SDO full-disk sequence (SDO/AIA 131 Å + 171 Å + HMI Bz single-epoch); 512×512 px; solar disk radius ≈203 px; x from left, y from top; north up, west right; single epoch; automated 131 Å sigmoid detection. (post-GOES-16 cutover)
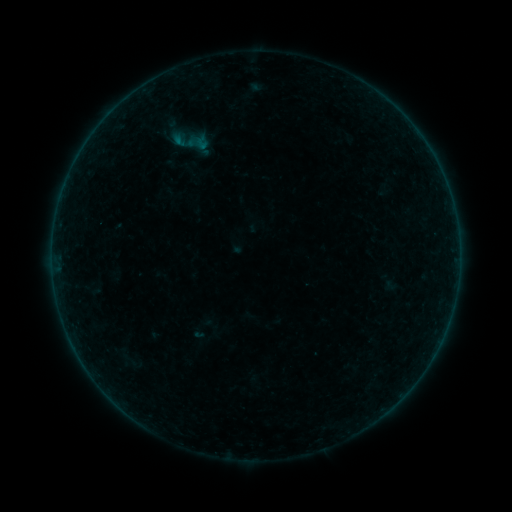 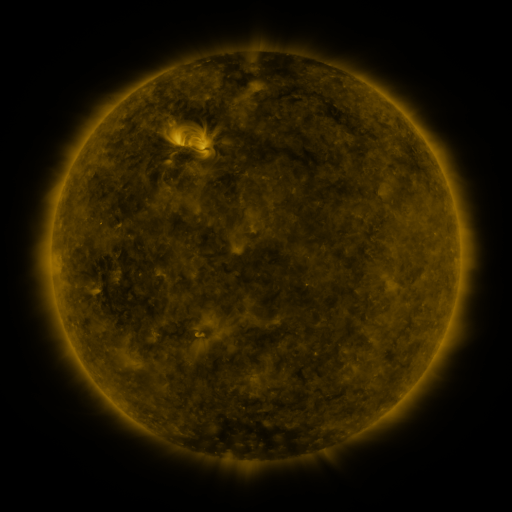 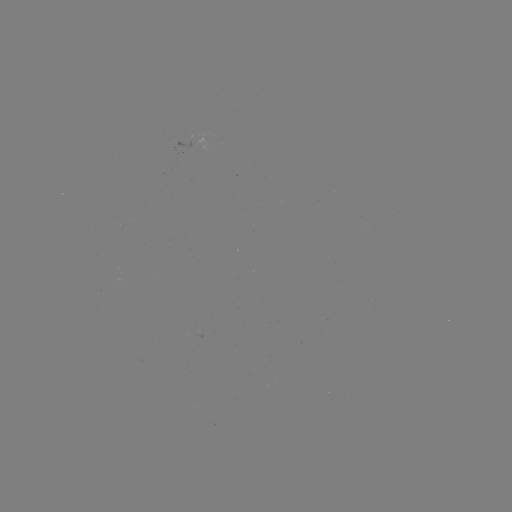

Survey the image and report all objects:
sigmoid: [187, 134, 205, 153]
